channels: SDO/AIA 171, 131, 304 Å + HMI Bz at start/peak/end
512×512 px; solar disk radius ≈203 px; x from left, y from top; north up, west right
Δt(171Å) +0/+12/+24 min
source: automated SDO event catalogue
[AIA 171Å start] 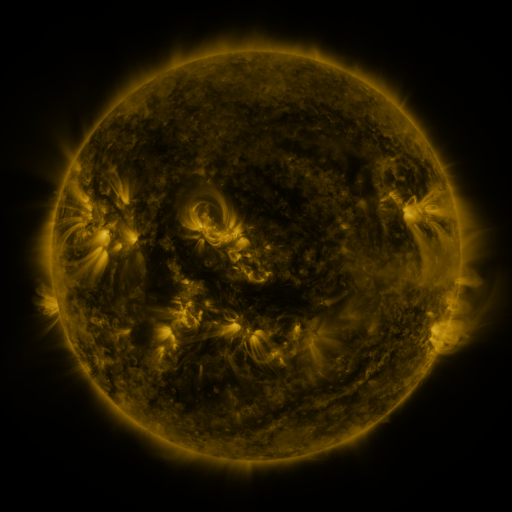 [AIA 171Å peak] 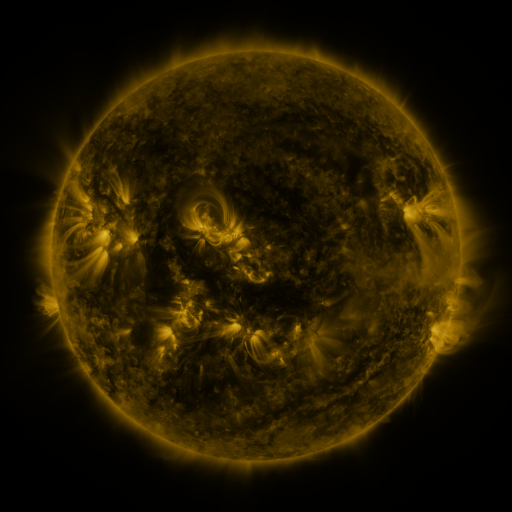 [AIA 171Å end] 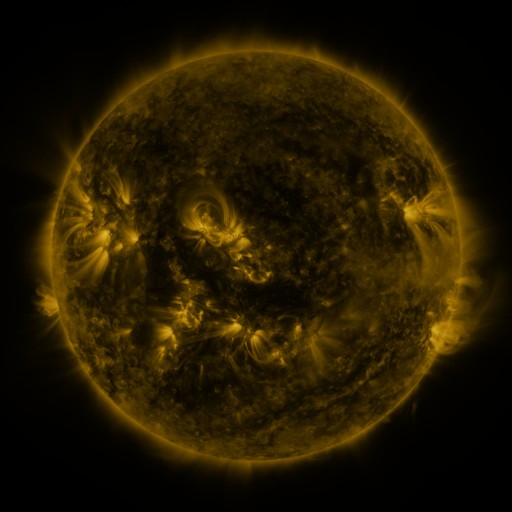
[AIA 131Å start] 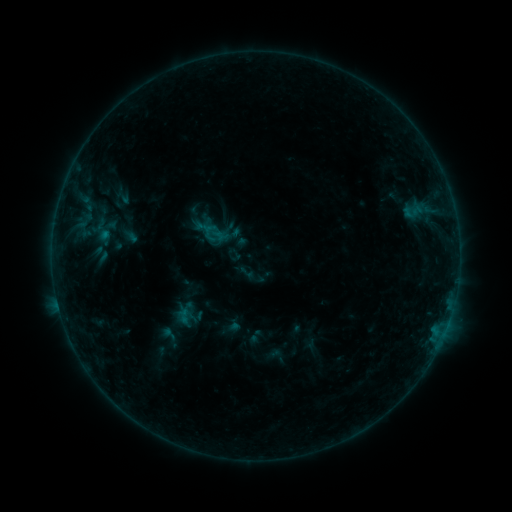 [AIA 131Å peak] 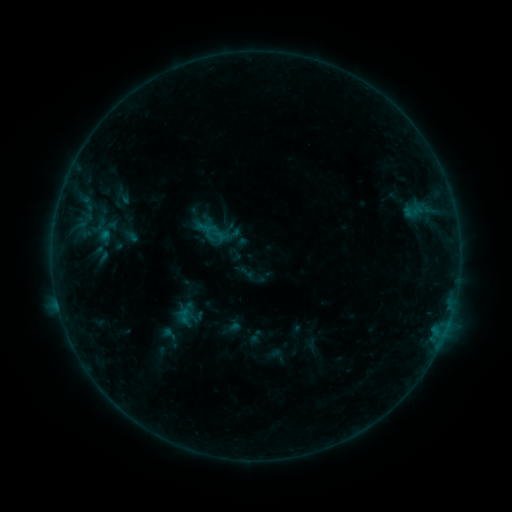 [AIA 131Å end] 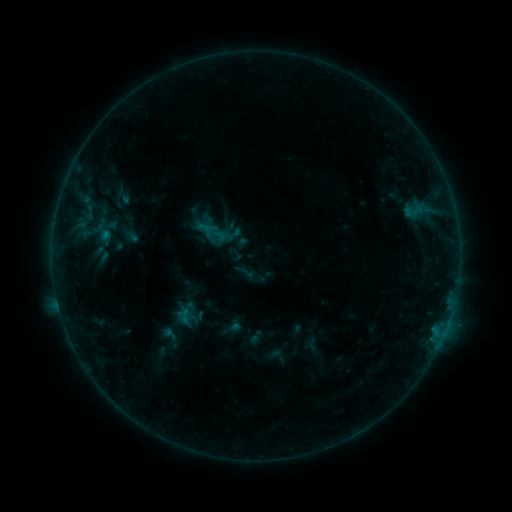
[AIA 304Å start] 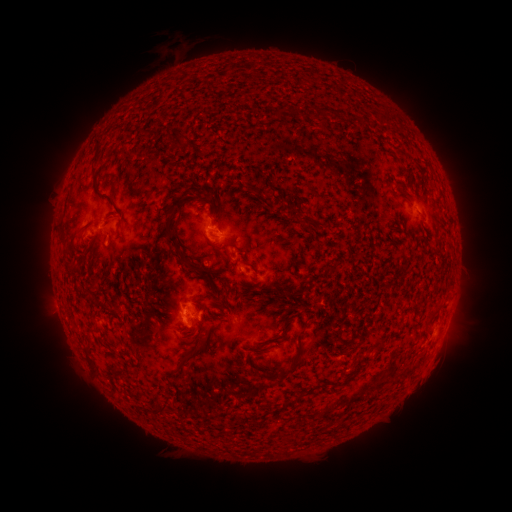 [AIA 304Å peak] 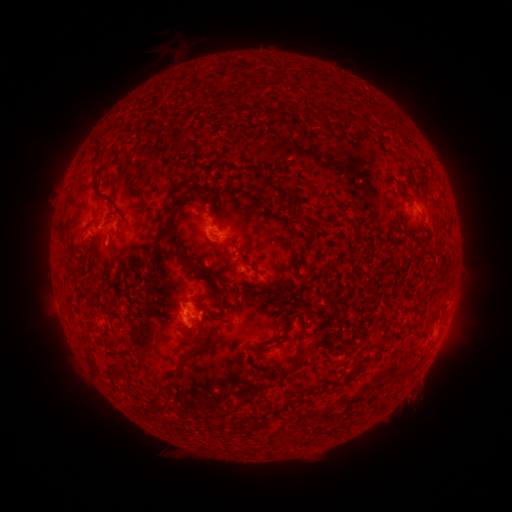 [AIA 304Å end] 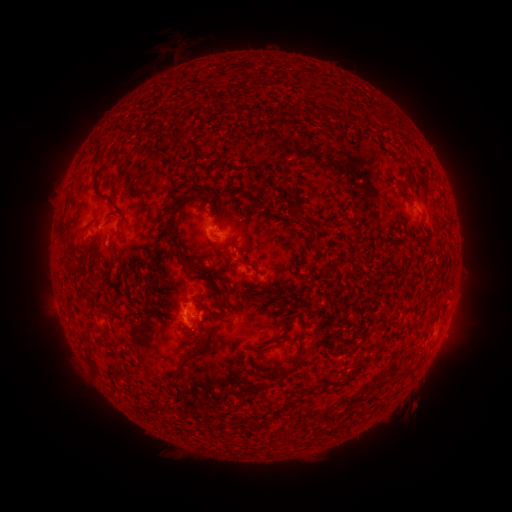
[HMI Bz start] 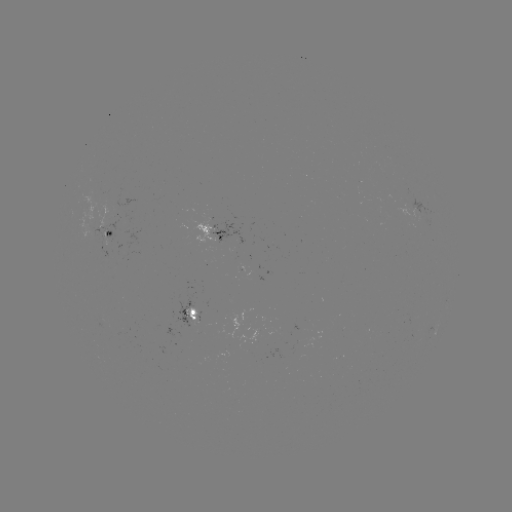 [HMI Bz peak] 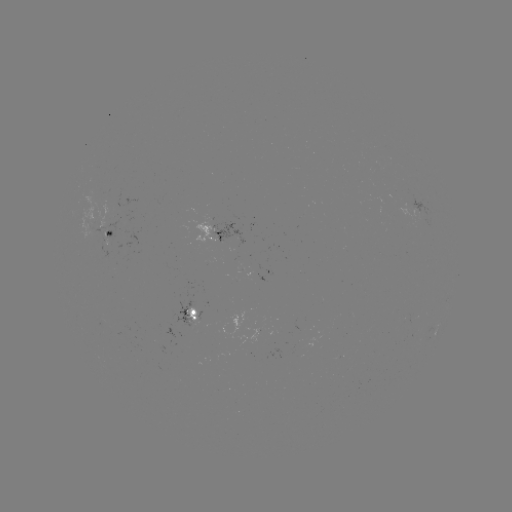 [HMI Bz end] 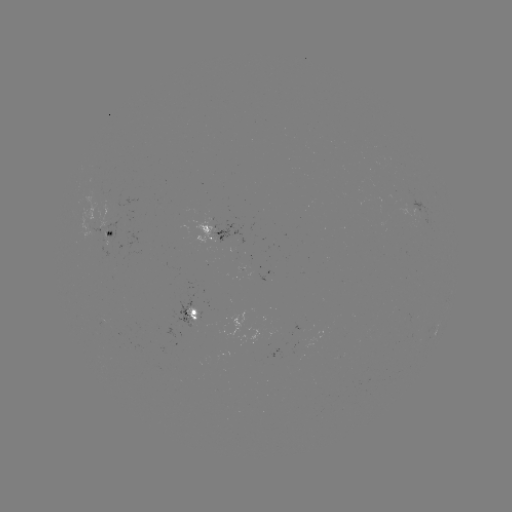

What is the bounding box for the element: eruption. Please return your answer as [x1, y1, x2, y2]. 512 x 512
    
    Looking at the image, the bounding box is [396, 332, 466, 420].